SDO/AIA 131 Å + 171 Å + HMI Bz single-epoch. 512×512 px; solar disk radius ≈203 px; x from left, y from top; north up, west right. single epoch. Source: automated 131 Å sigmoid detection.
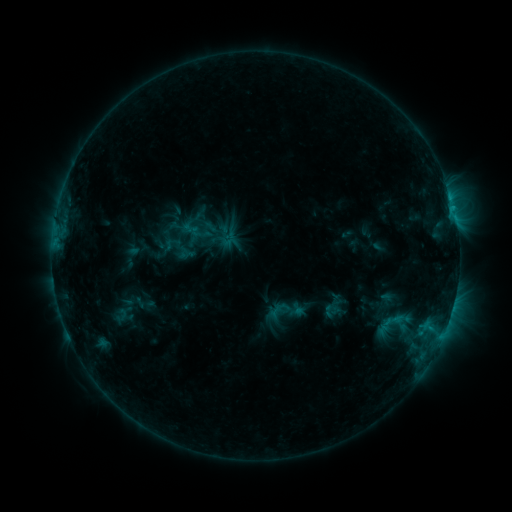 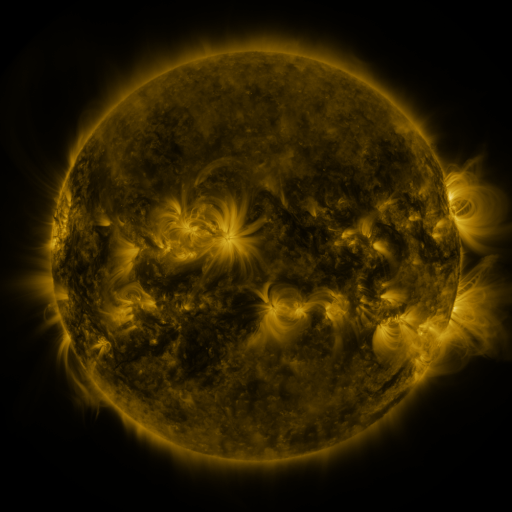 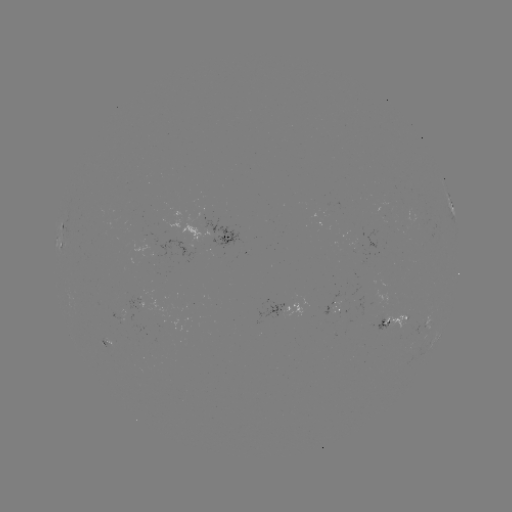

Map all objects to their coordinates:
sigmoid: (179, 248)
sigmoid: (285, 312)
